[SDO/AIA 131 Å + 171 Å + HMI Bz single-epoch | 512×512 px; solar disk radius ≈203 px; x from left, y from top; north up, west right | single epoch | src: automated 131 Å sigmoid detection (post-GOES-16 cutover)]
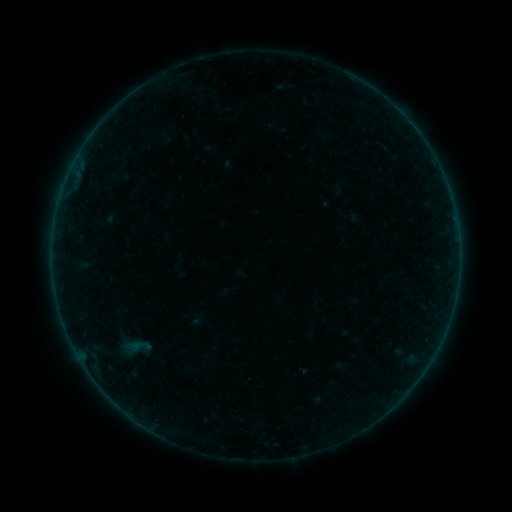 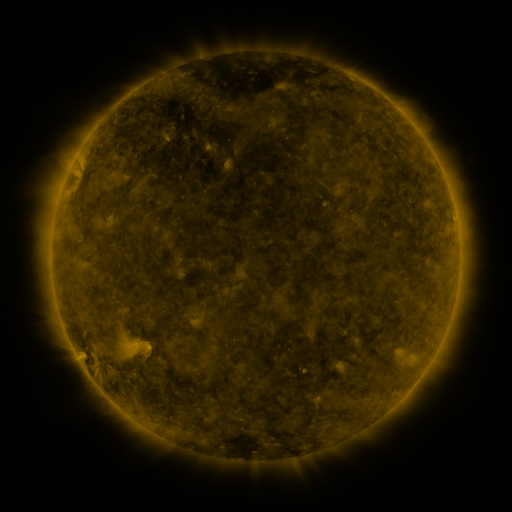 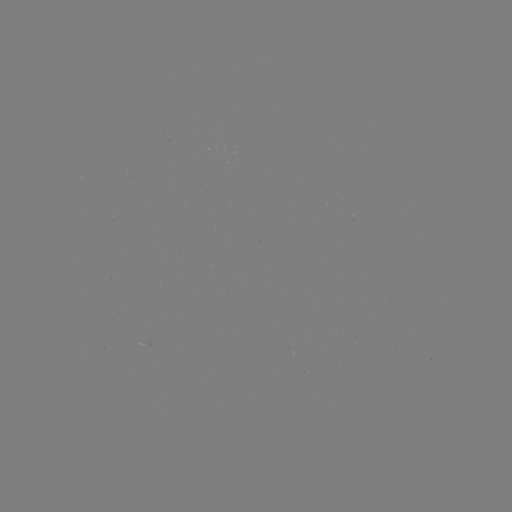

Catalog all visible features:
sigmoid: [123, 334, 159, 359]
